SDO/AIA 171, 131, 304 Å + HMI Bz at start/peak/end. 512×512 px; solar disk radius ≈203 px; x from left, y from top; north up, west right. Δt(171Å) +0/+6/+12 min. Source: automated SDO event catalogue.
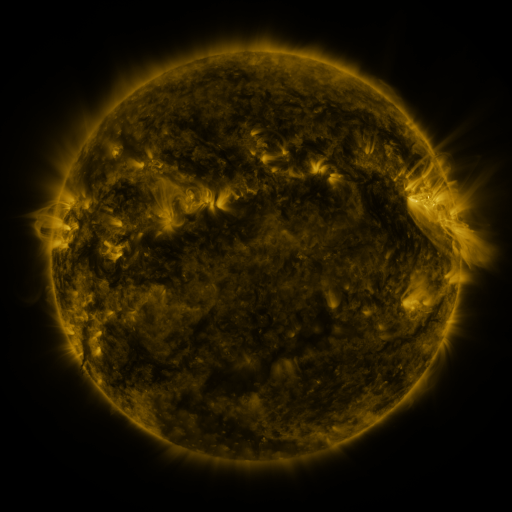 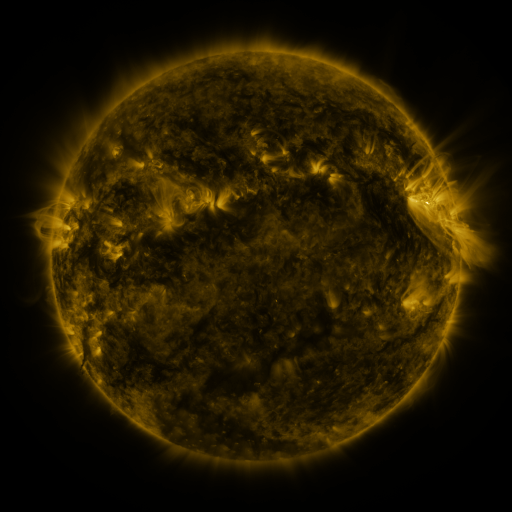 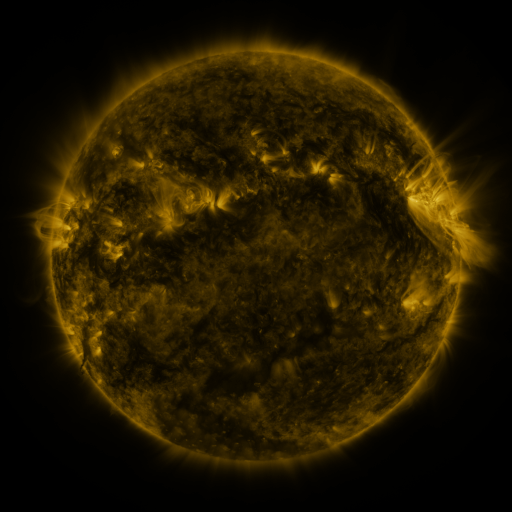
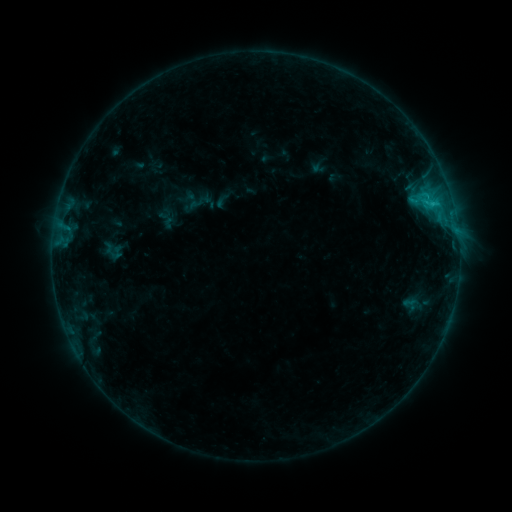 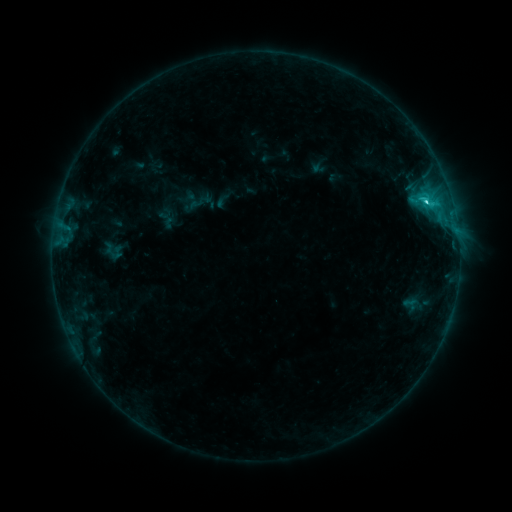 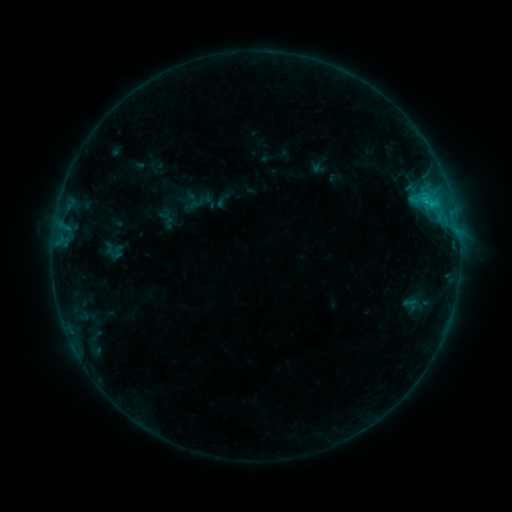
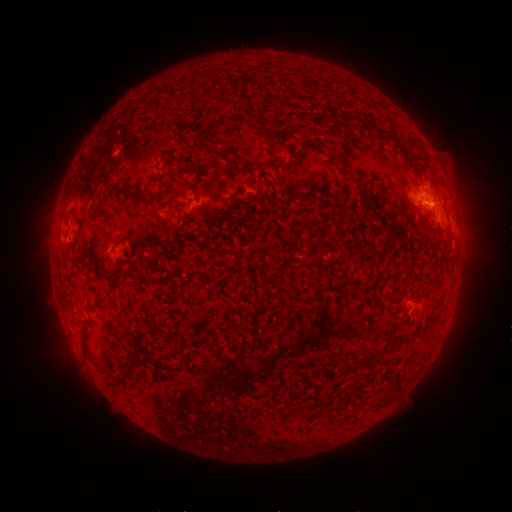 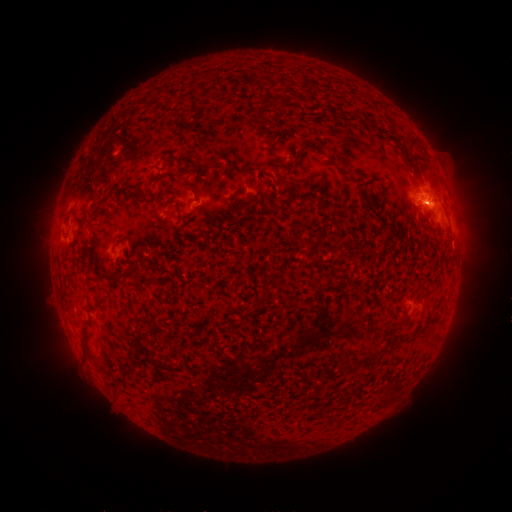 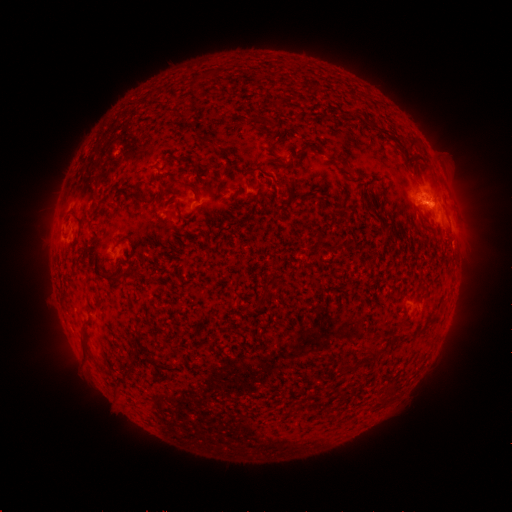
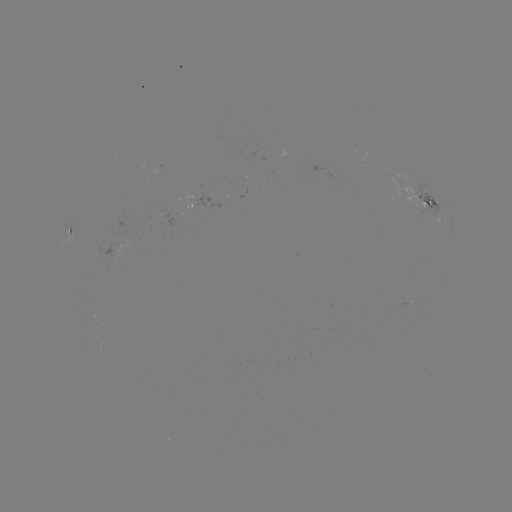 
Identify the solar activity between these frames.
C2.9 flare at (425, 204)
